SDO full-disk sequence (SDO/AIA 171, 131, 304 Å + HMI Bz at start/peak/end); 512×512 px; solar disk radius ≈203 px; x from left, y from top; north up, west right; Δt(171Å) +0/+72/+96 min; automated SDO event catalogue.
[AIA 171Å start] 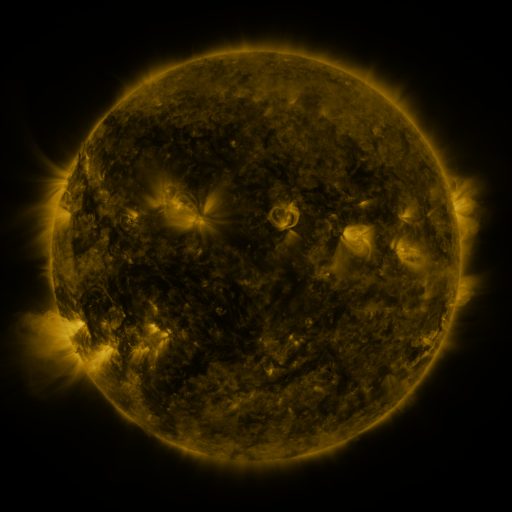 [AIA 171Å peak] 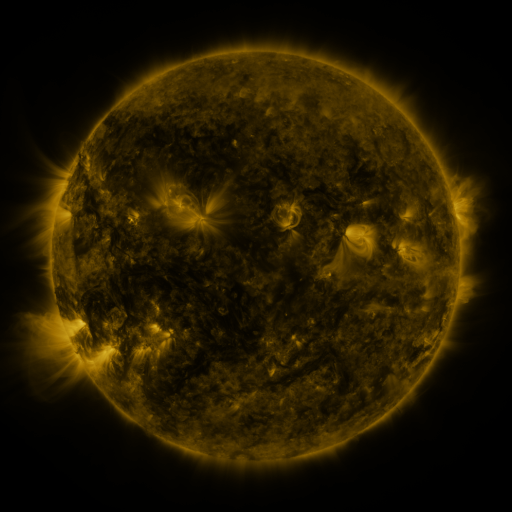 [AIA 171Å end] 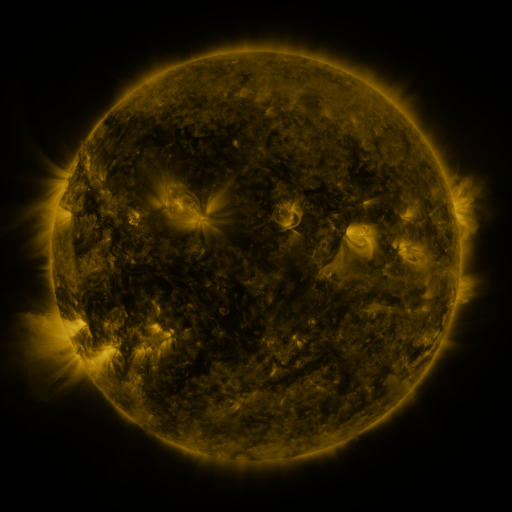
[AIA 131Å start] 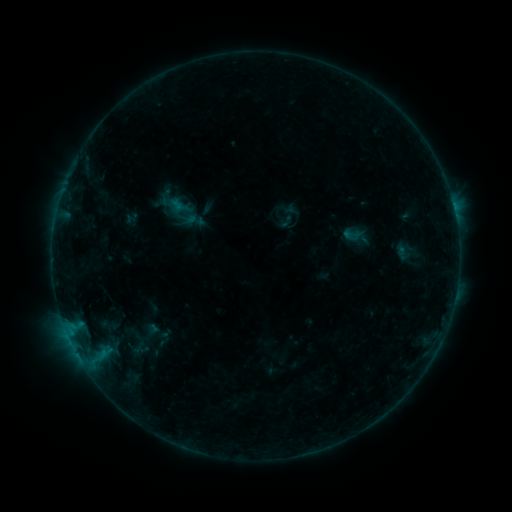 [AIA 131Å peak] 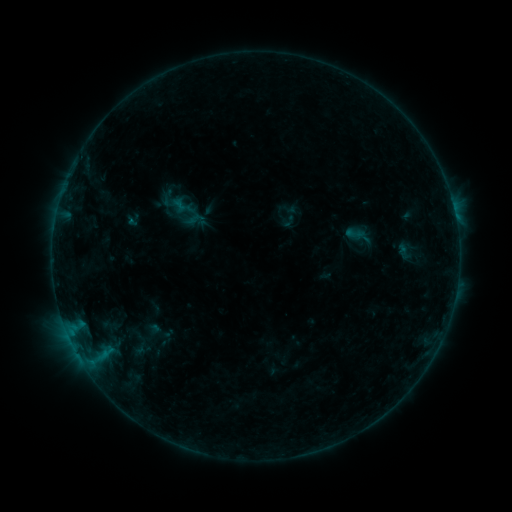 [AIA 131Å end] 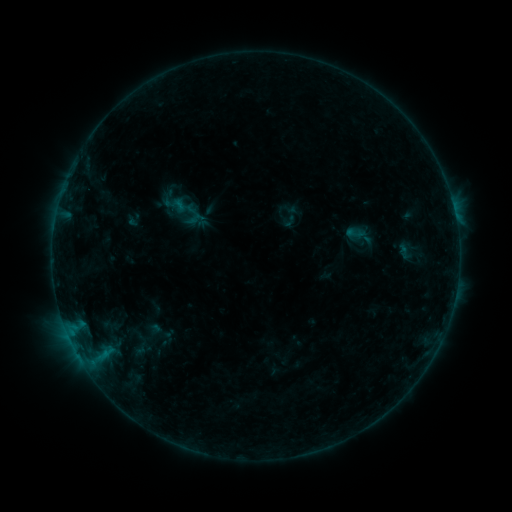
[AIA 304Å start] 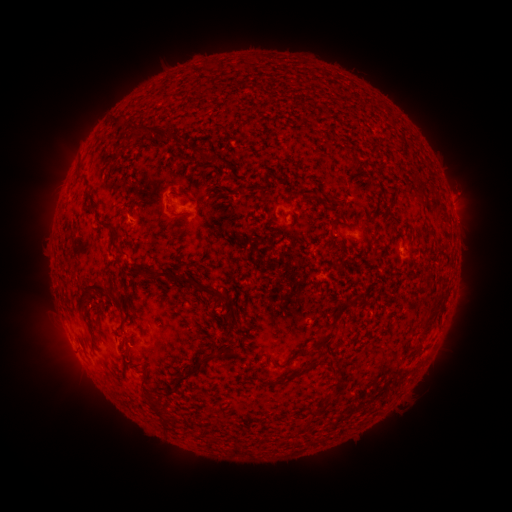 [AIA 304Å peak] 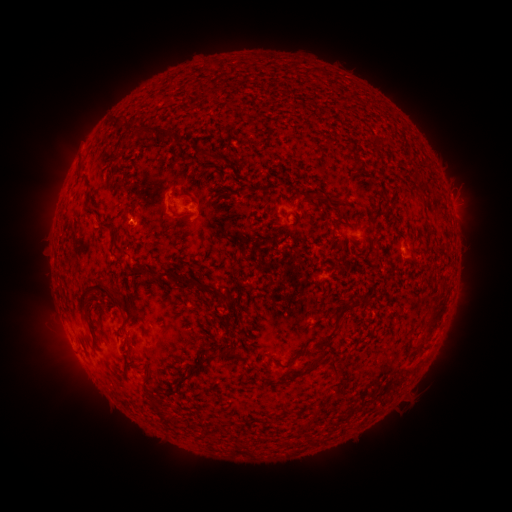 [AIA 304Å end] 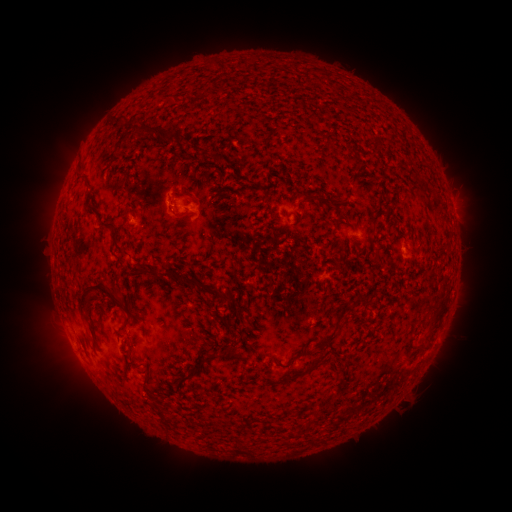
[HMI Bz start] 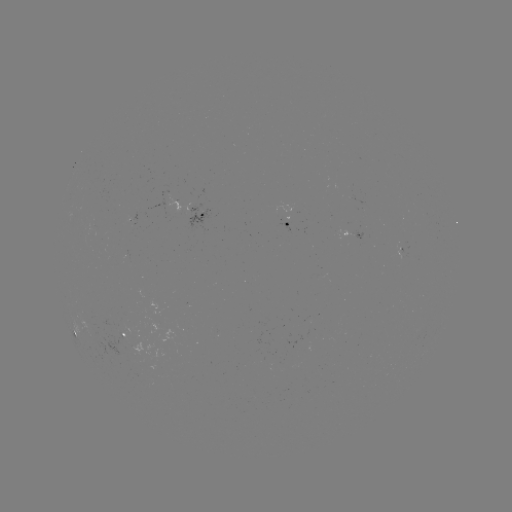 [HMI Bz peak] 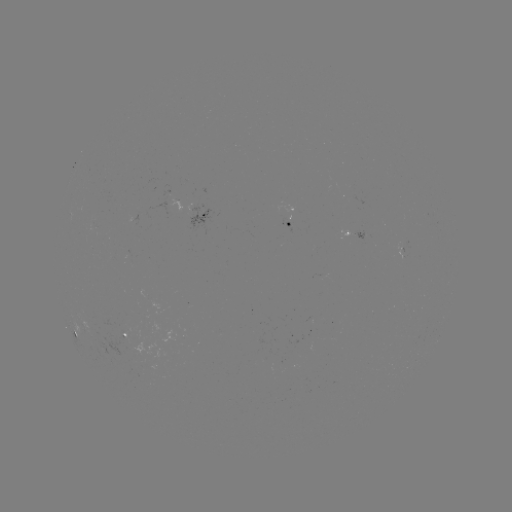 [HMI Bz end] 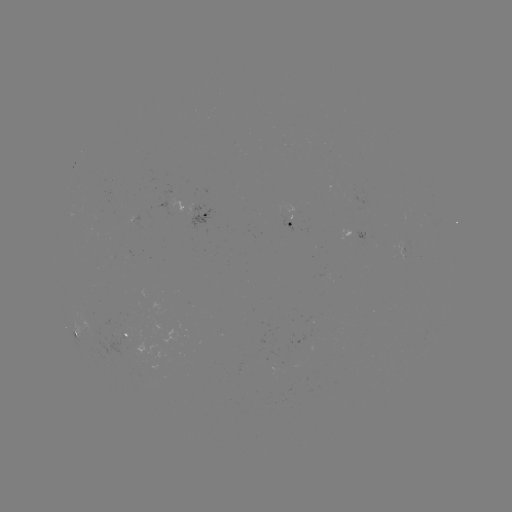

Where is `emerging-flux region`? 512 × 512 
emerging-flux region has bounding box [275, 205, 293, 231].